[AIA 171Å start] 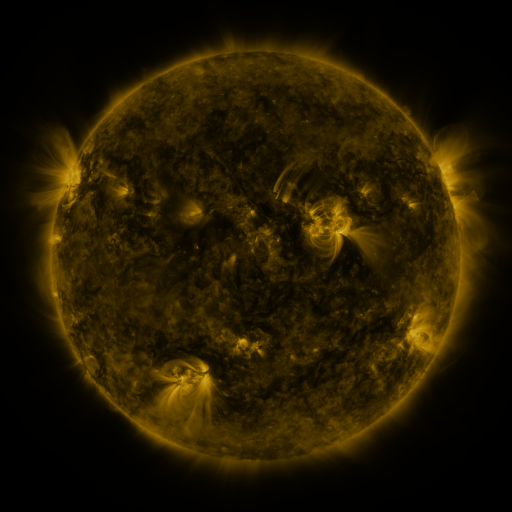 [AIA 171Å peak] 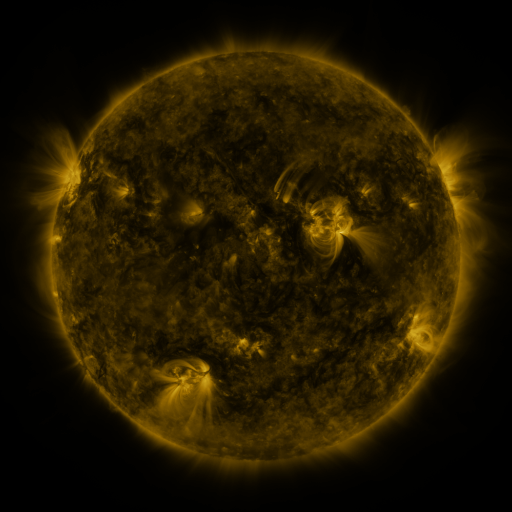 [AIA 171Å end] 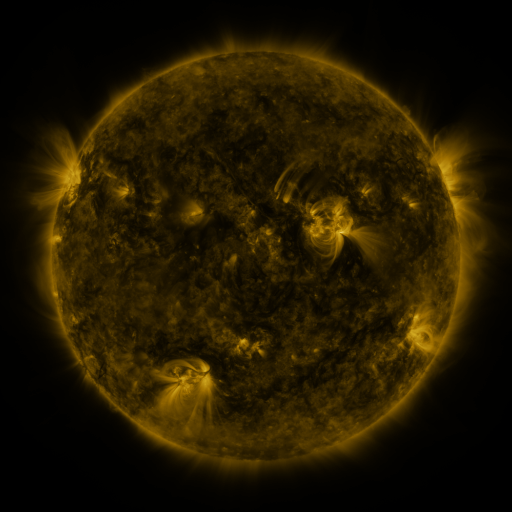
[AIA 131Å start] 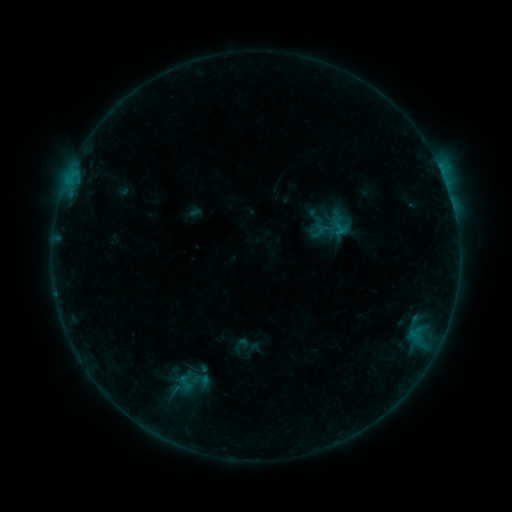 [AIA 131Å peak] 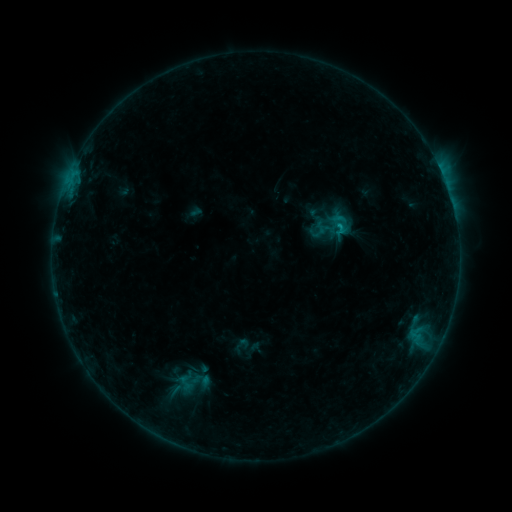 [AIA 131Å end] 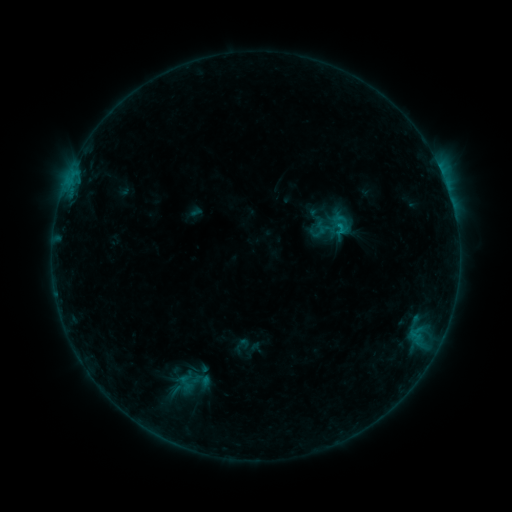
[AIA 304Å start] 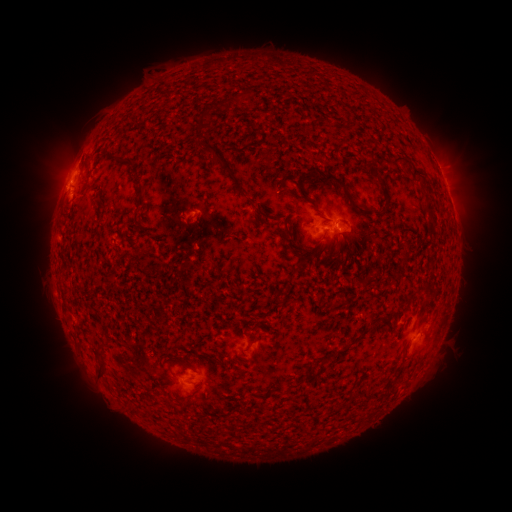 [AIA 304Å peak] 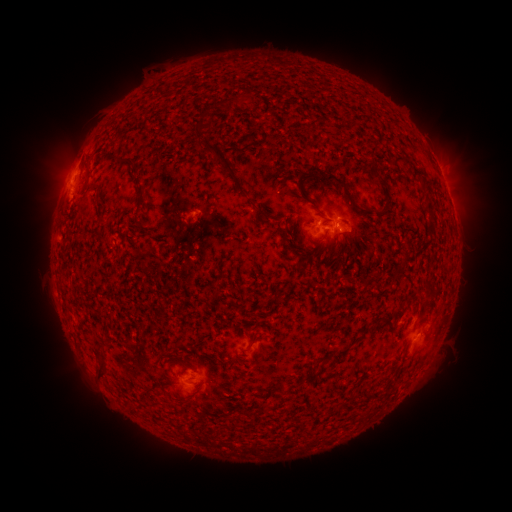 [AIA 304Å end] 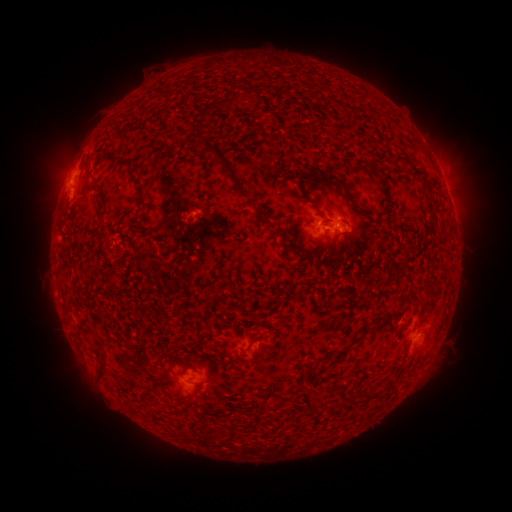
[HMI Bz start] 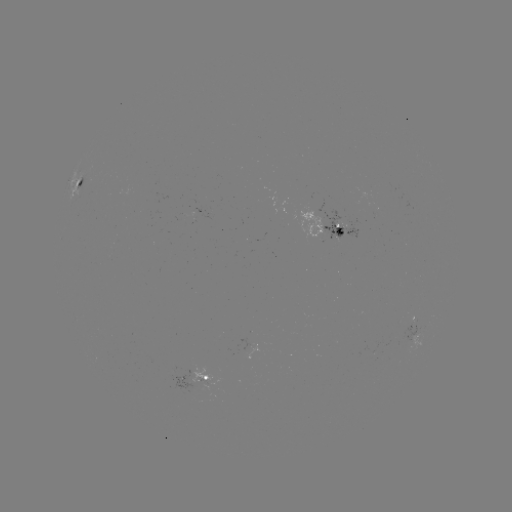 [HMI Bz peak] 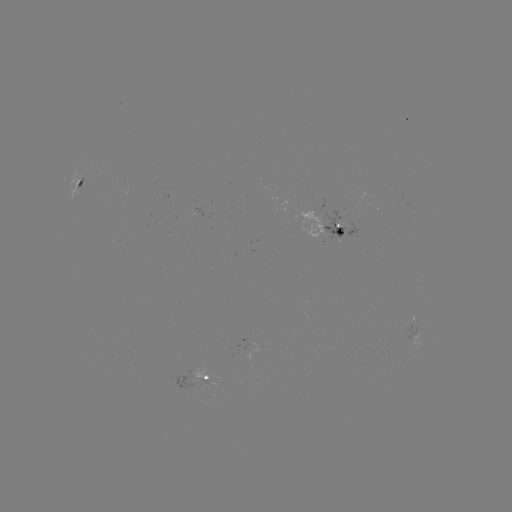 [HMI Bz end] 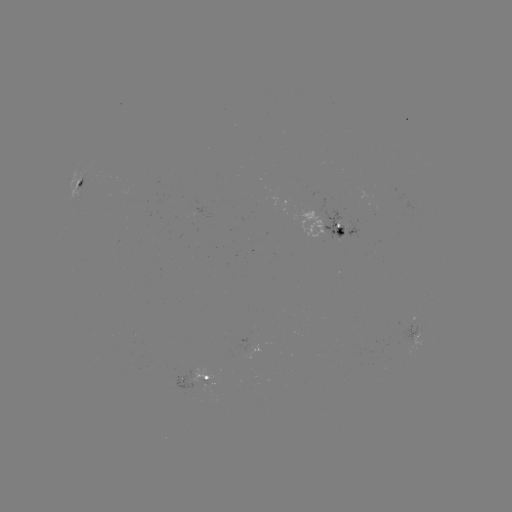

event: flare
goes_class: B7.7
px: (339, 229)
